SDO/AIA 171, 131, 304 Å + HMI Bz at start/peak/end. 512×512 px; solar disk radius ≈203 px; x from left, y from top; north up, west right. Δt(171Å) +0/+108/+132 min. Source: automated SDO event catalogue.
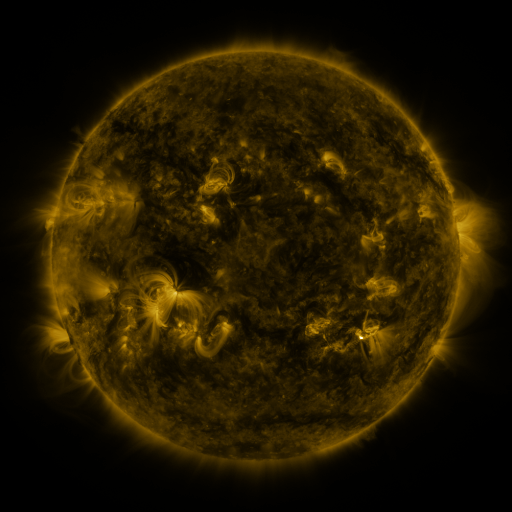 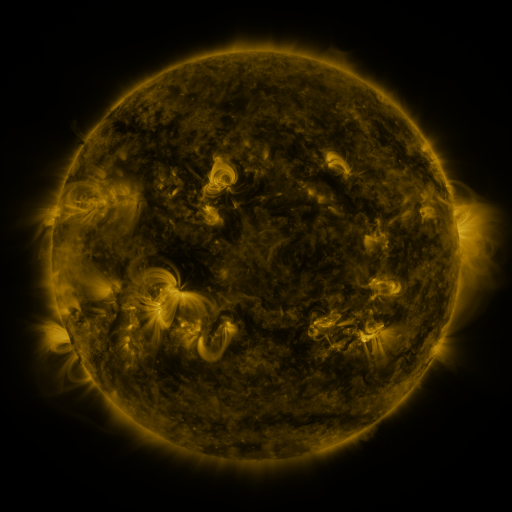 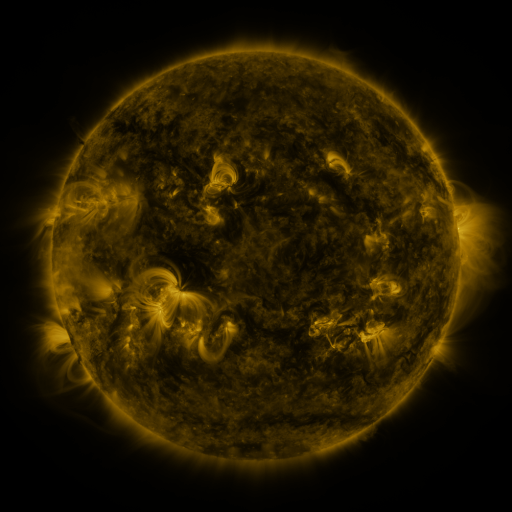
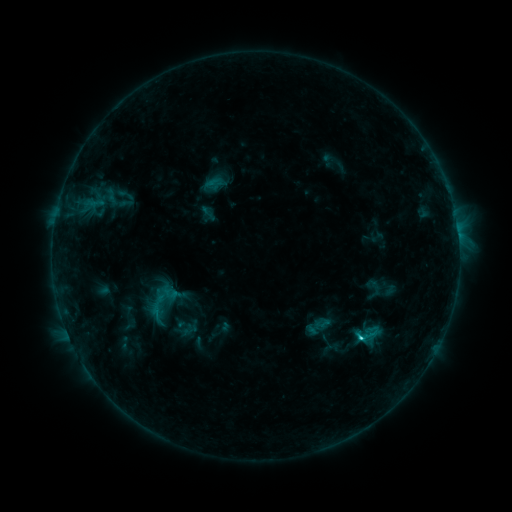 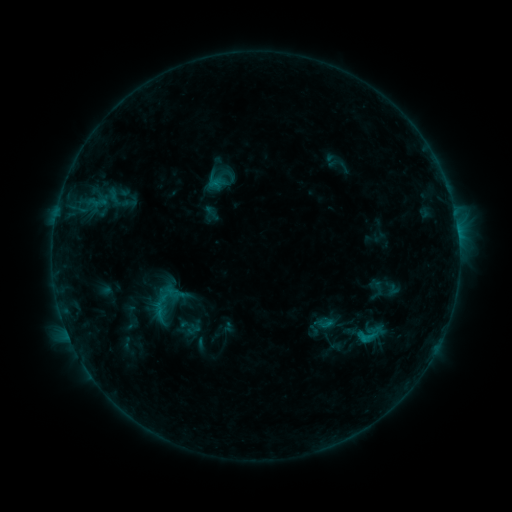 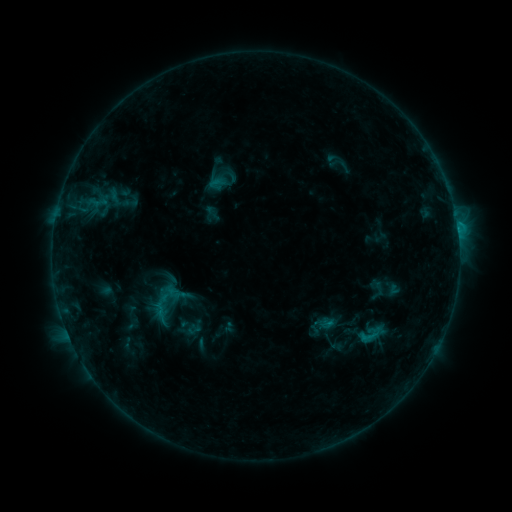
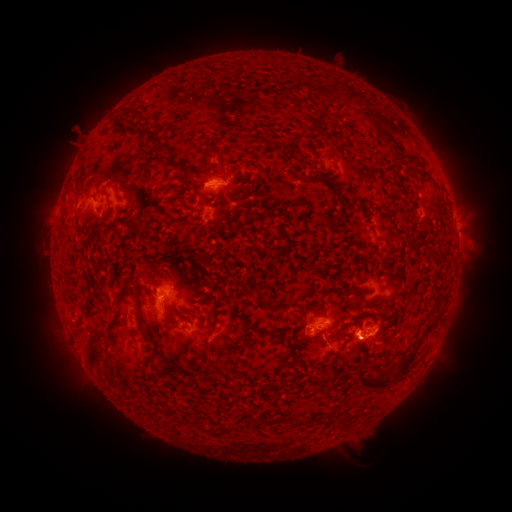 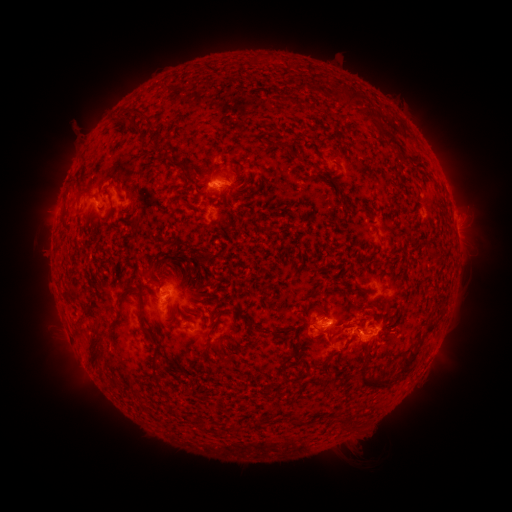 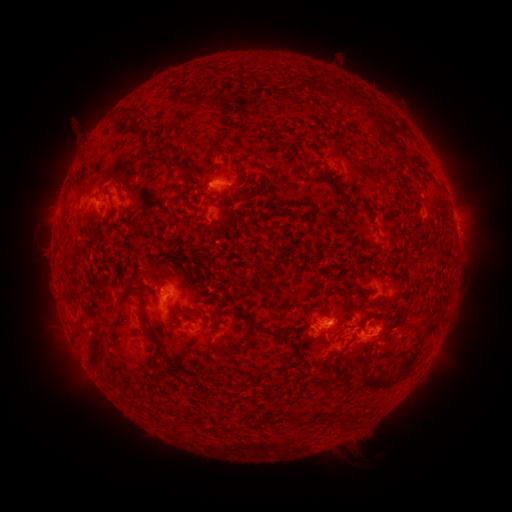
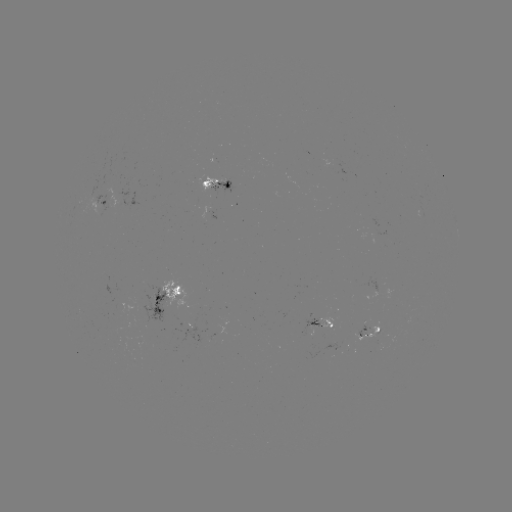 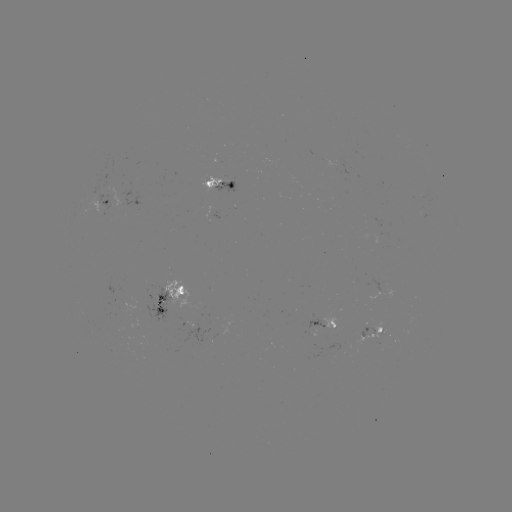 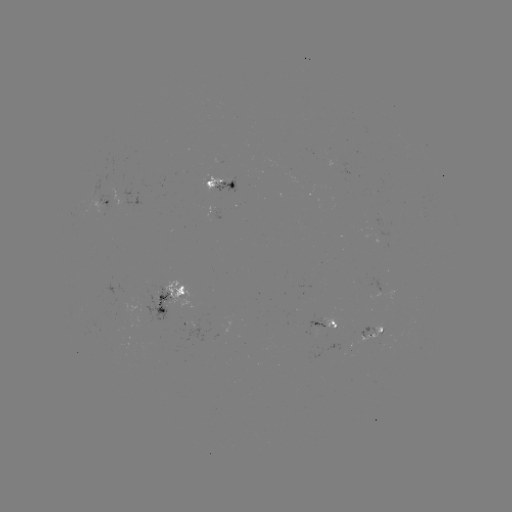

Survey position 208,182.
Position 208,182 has emerging-flux region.